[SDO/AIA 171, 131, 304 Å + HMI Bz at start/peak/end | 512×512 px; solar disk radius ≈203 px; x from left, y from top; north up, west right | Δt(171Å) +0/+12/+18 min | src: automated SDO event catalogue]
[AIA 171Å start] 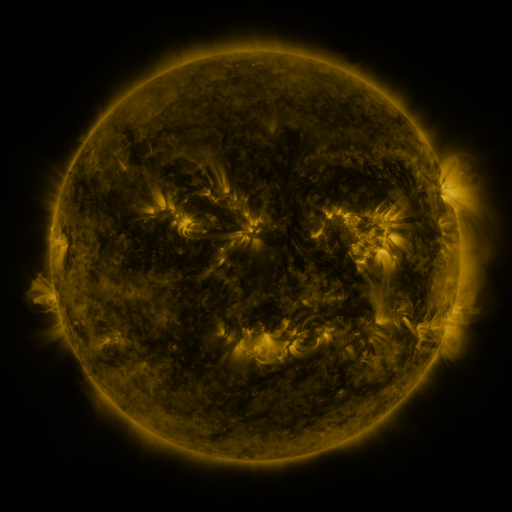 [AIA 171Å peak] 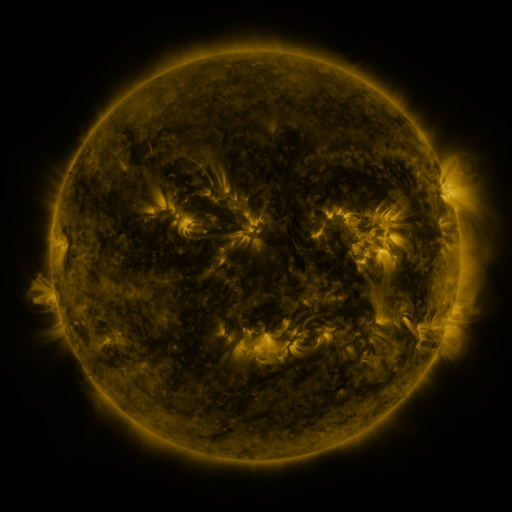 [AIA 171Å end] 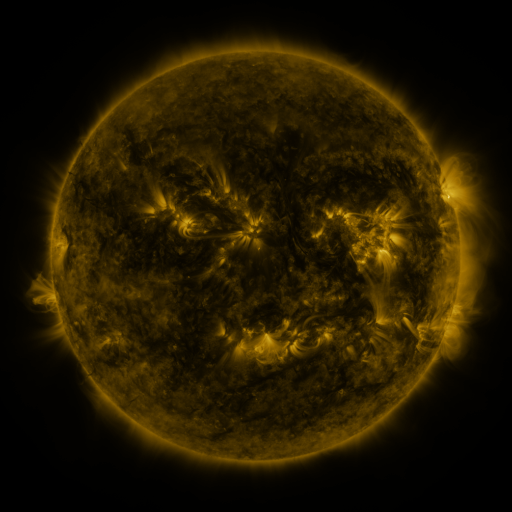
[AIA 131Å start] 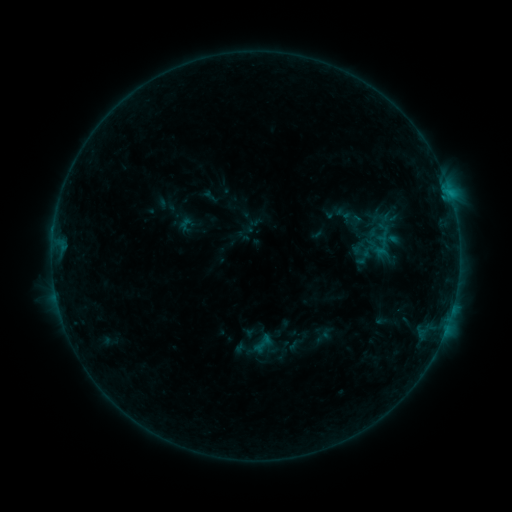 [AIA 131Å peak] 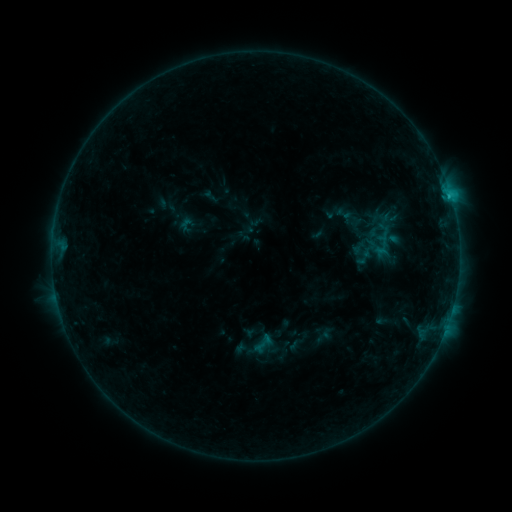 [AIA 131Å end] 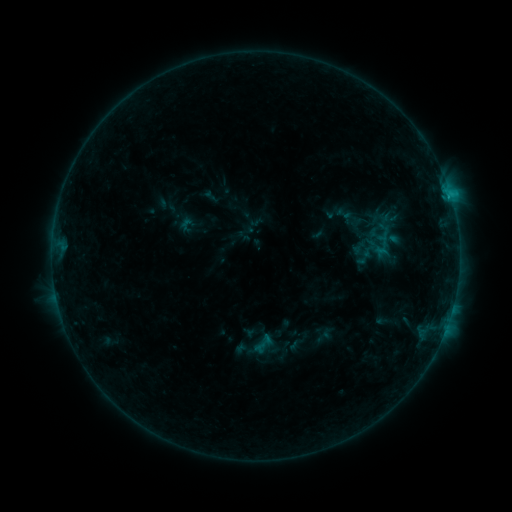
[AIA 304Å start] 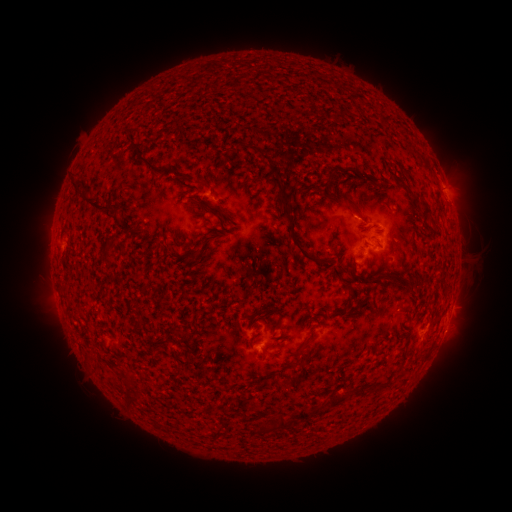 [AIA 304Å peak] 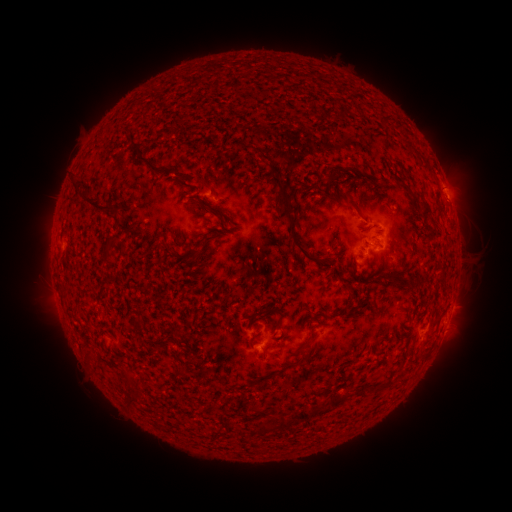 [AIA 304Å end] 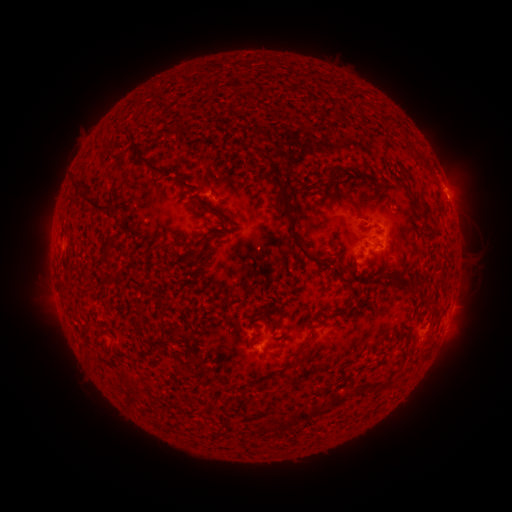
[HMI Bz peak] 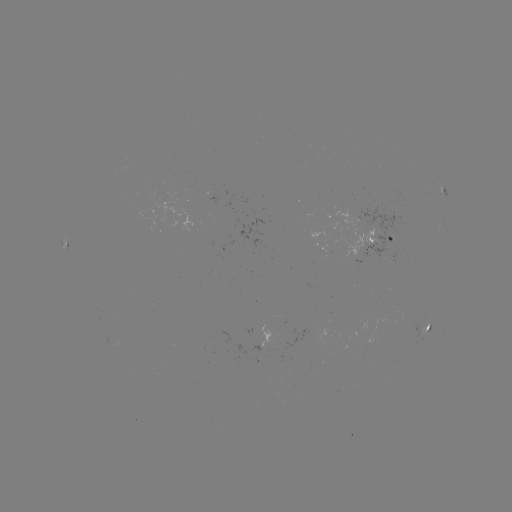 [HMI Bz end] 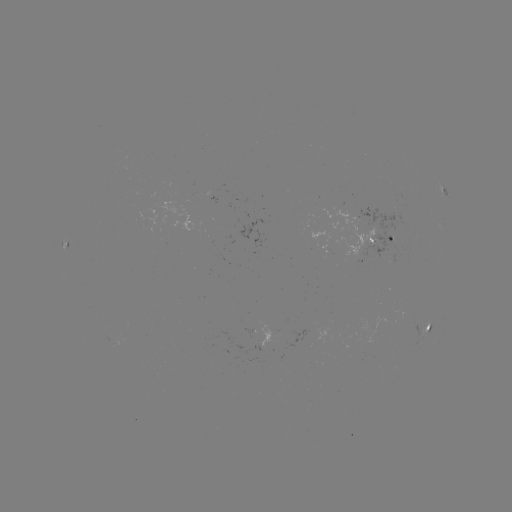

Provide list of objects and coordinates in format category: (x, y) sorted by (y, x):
B6.0 flare: (449, 198)
